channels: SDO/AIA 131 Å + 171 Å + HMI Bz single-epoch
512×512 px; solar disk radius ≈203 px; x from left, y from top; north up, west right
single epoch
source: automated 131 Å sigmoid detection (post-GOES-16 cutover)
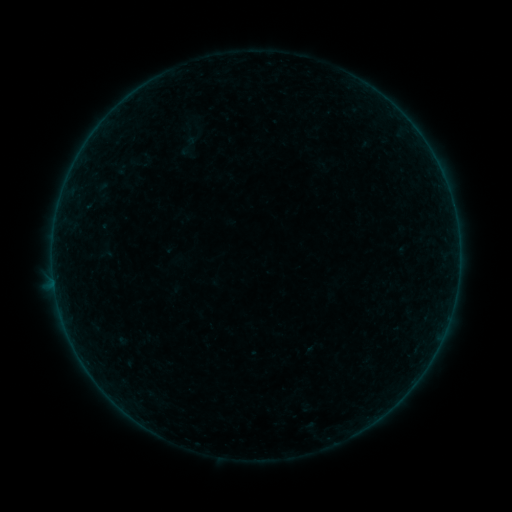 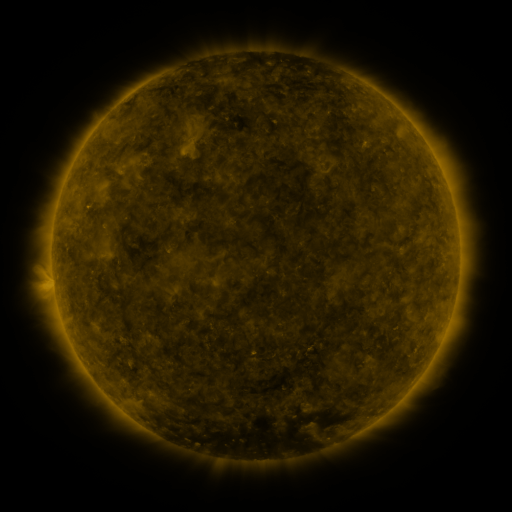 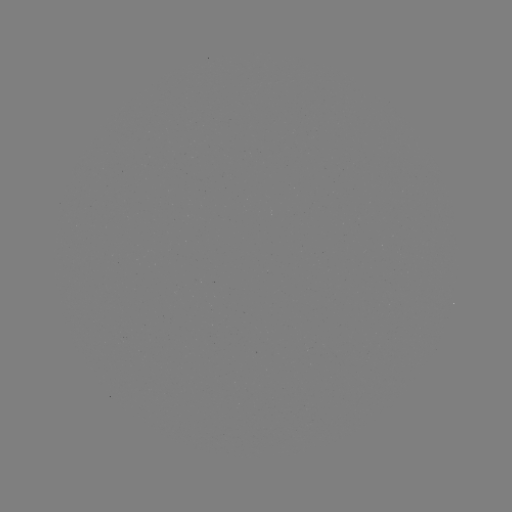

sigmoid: <bbox>176, 134, 201, 159</bbox>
